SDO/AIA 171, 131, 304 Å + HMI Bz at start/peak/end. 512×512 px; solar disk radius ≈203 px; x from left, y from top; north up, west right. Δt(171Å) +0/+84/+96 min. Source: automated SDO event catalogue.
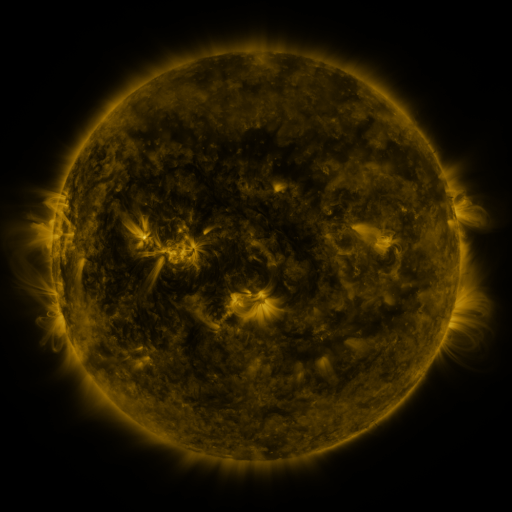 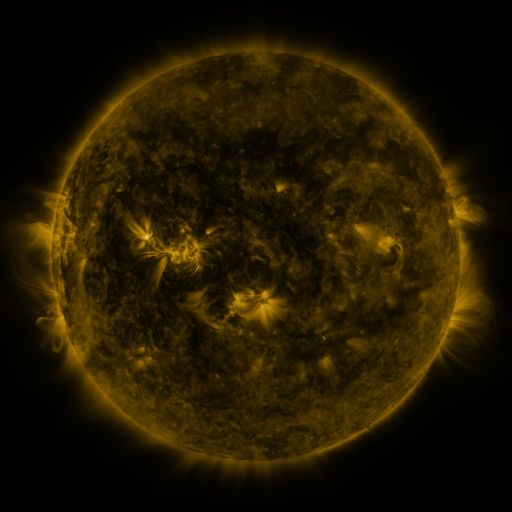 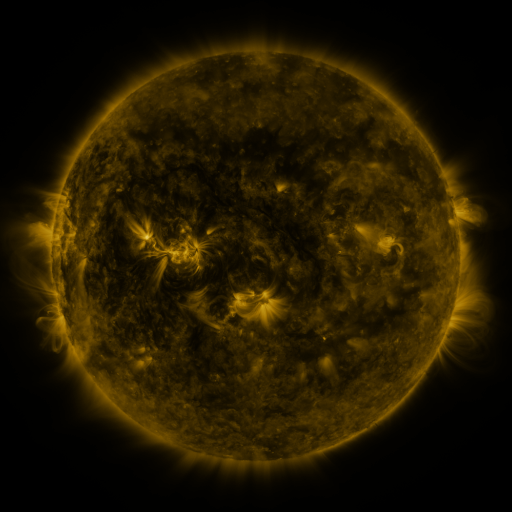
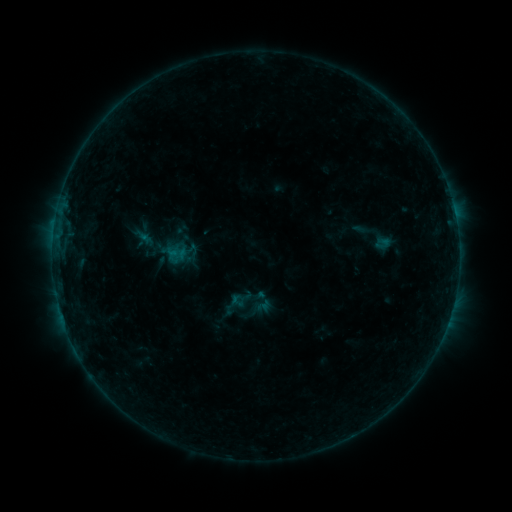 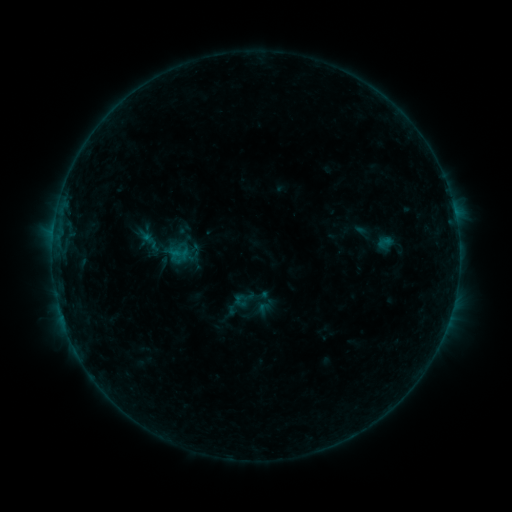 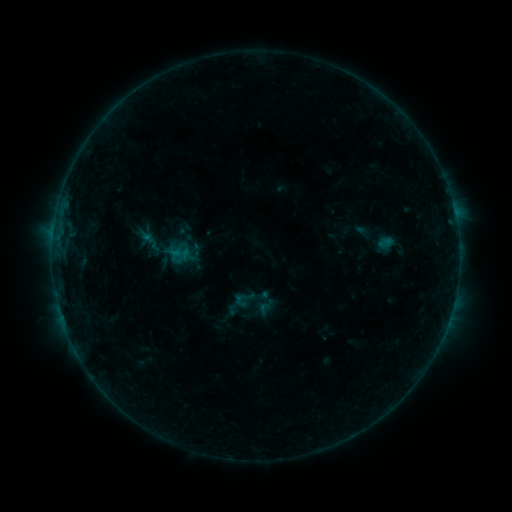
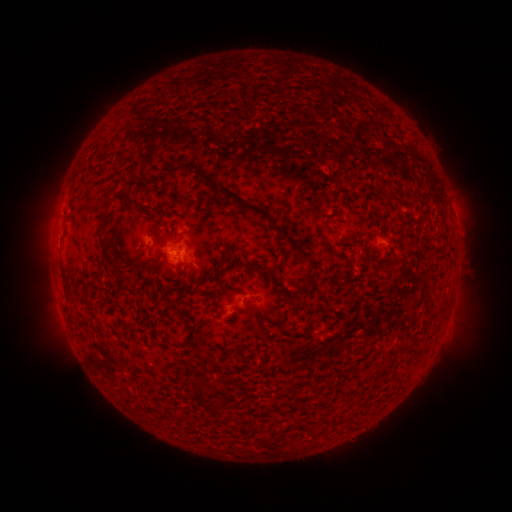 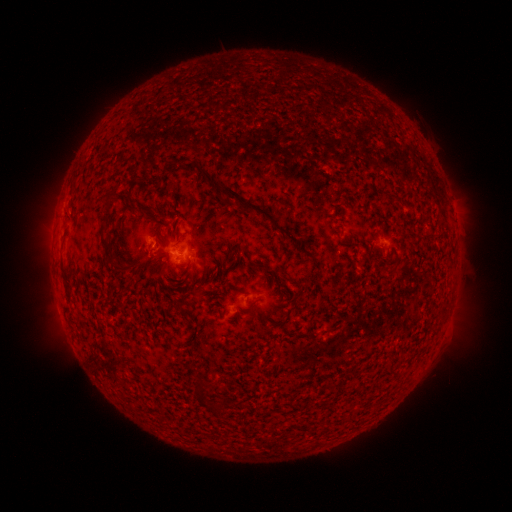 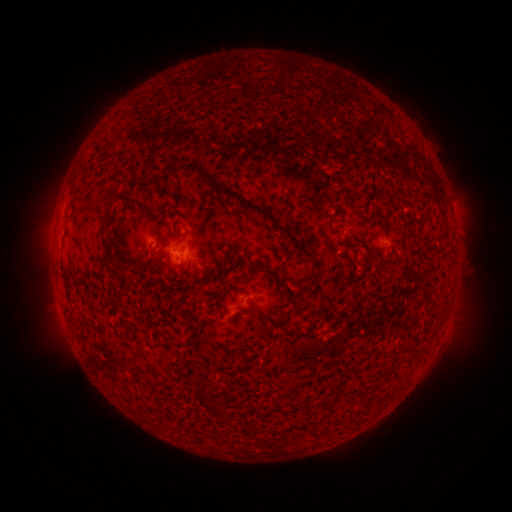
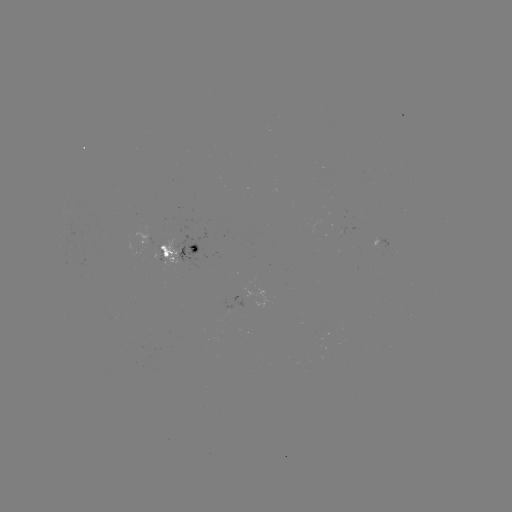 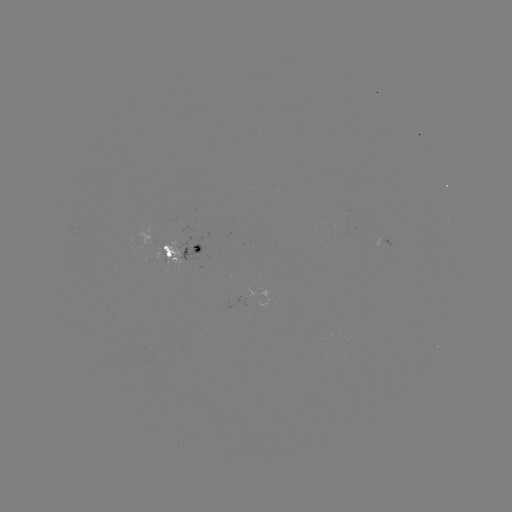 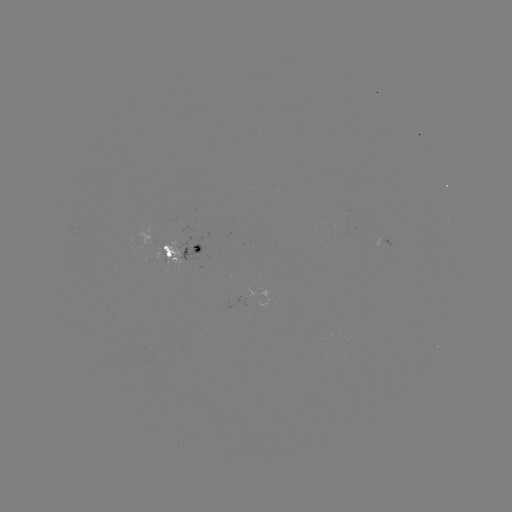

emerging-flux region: [159, 238, 183, 266]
